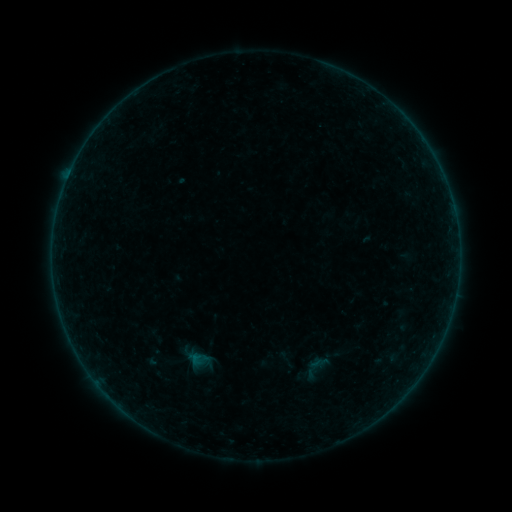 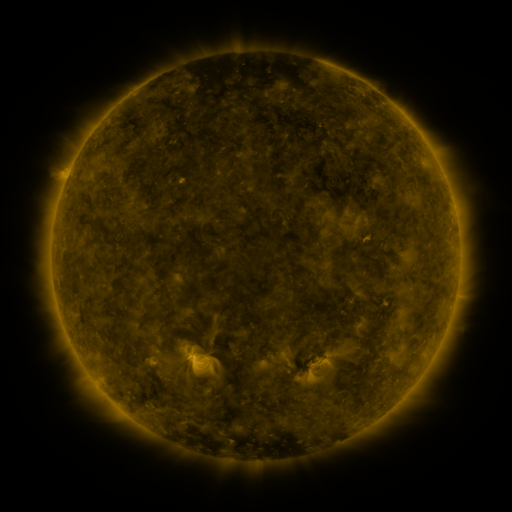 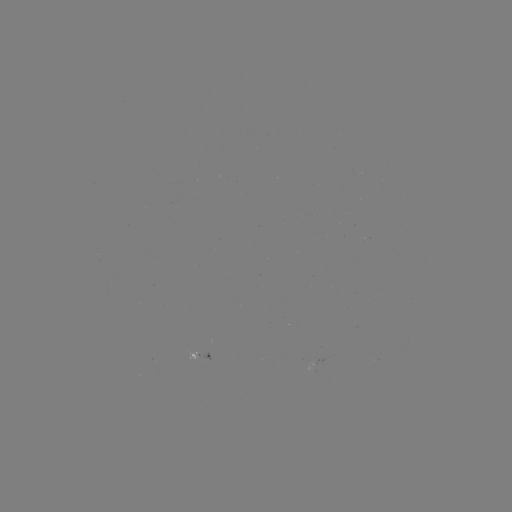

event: sigmoid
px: (318, 364)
